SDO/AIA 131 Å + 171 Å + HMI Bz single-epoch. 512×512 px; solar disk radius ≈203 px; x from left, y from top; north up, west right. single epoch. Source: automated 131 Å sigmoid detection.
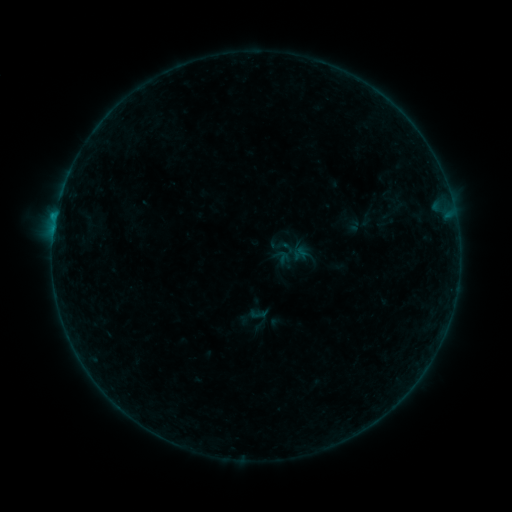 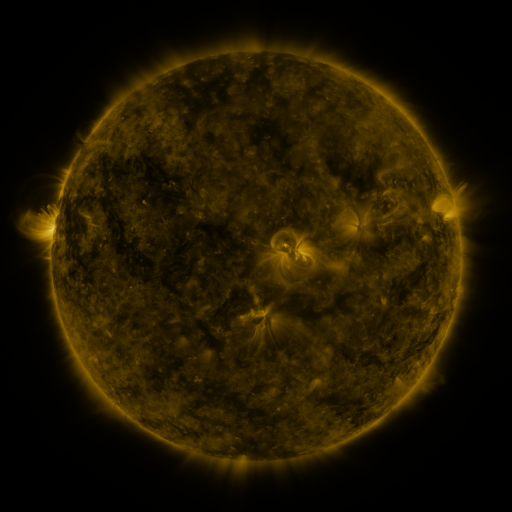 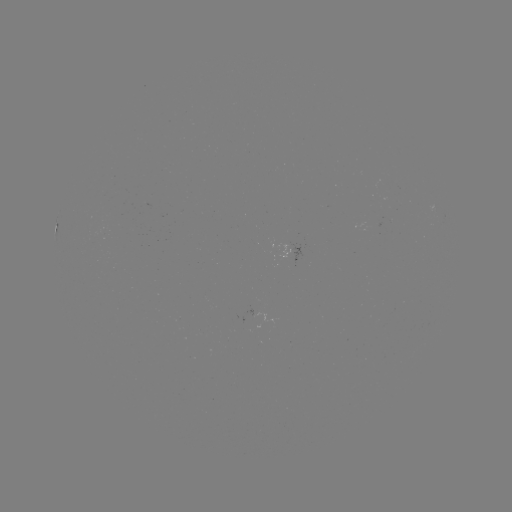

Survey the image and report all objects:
sigmoid: <bbox>356, 212, 375, 227</bbox>
sigmoid: <bbox>235, 301, 272, 336</bbox>
